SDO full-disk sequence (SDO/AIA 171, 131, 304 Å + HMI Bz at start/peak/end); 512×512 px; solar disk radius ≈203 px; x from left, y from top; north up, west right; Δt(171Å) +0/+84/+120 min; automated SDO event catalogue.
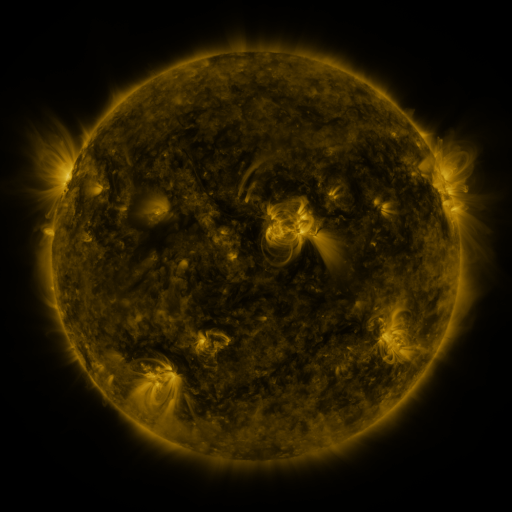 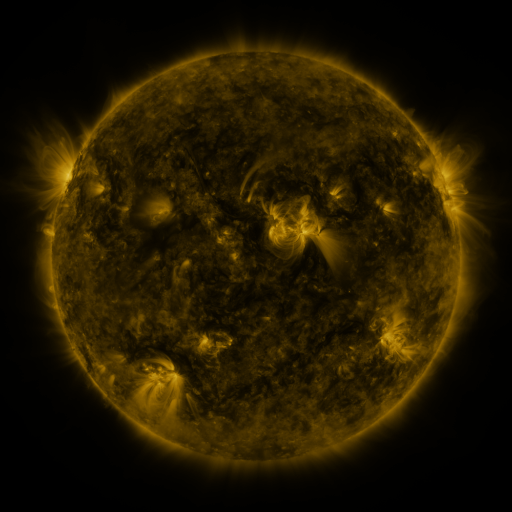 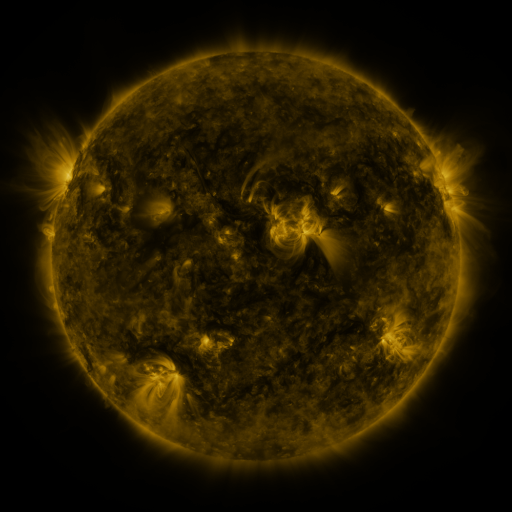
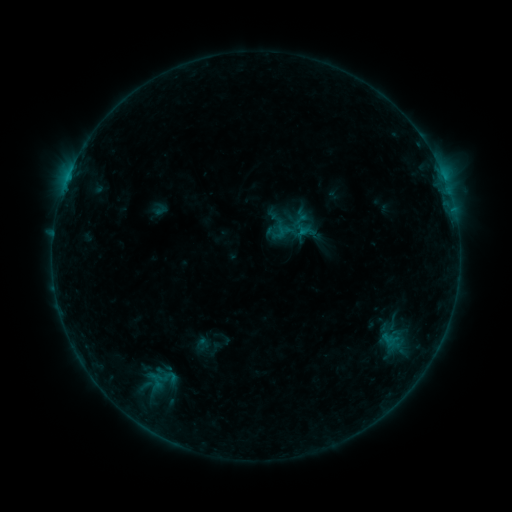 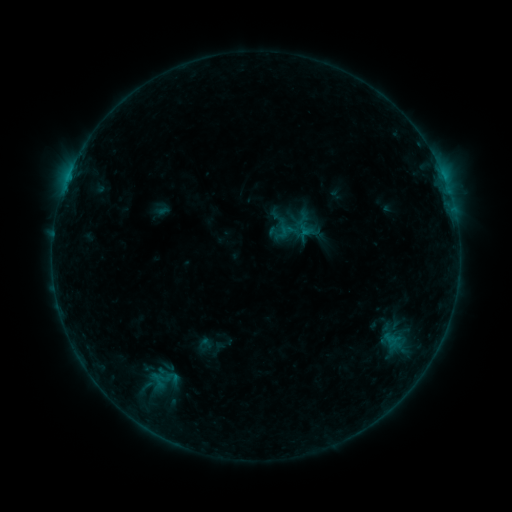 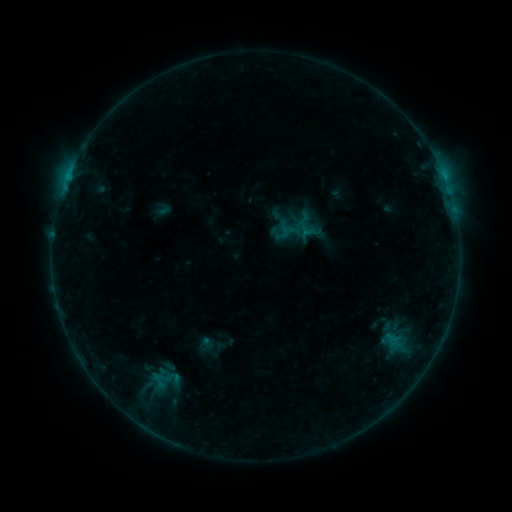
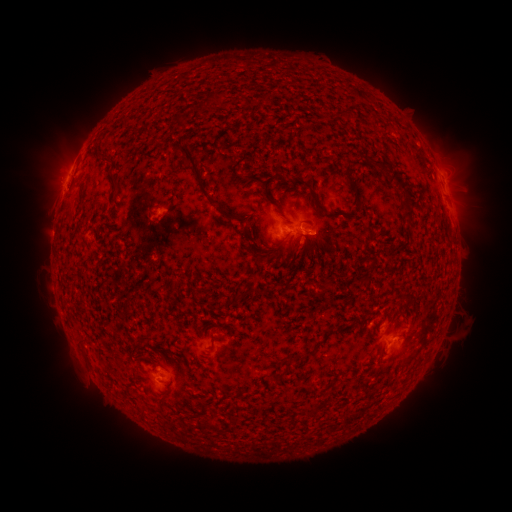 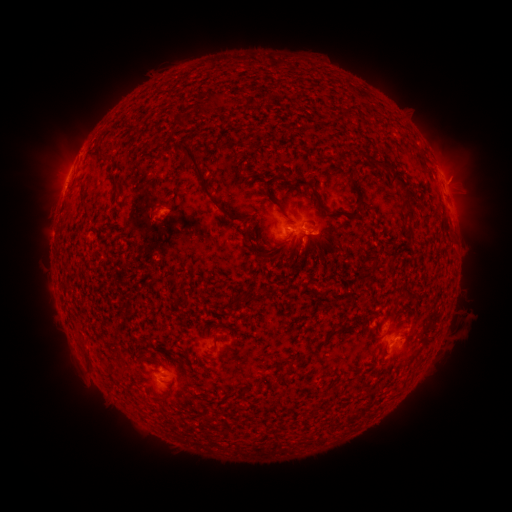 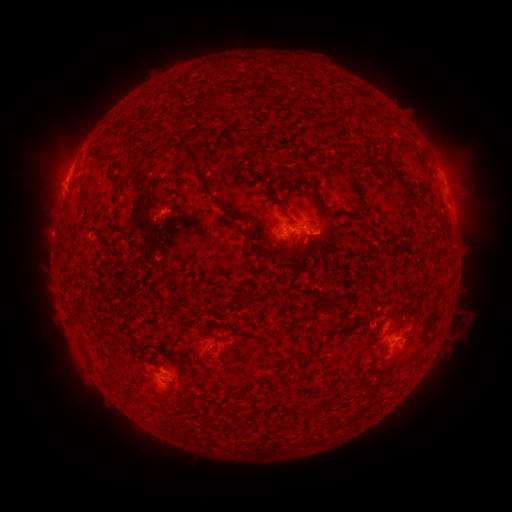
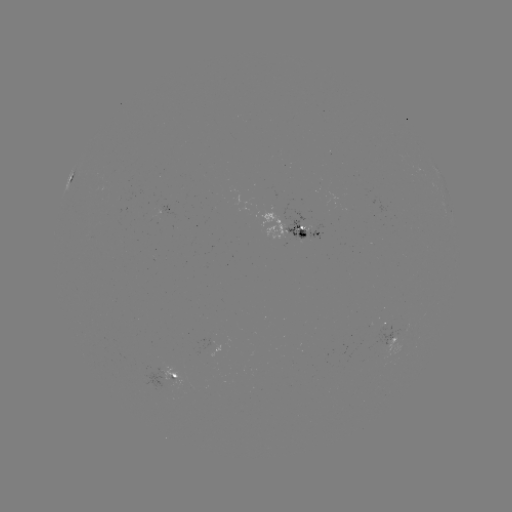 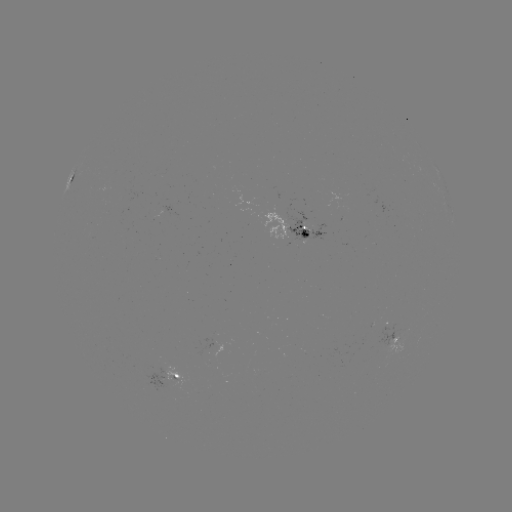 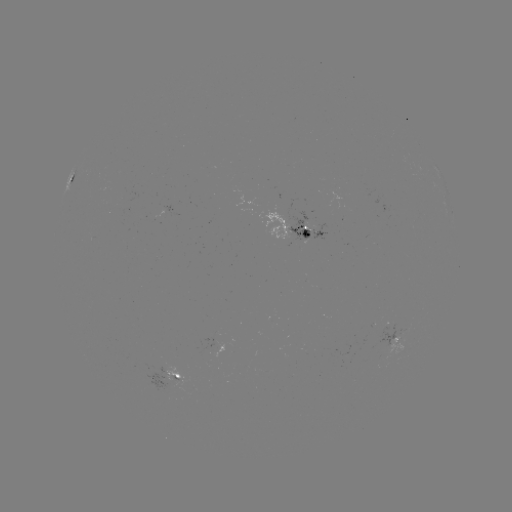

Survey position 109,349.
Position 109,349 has emerging-flux region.